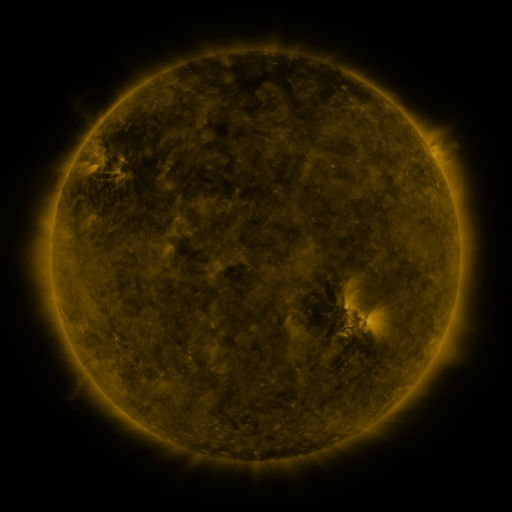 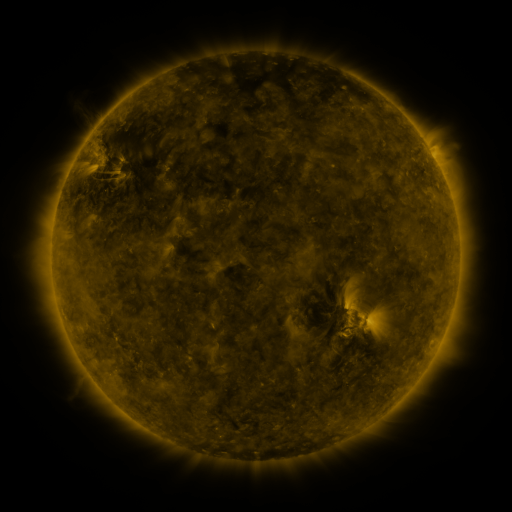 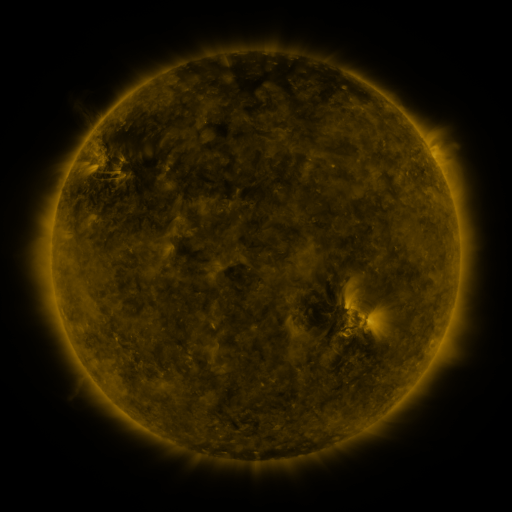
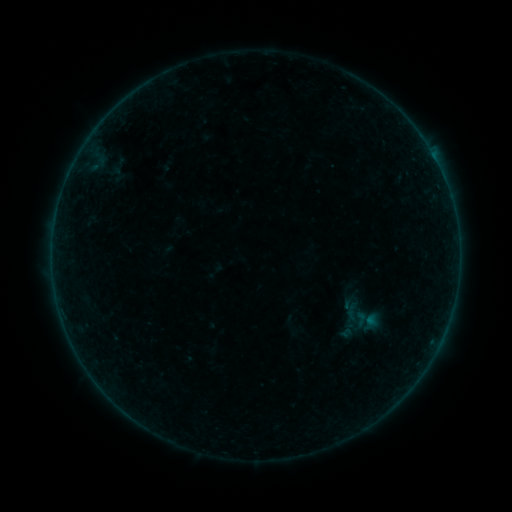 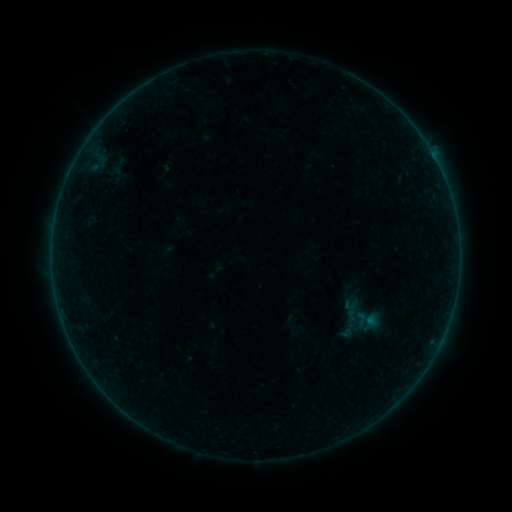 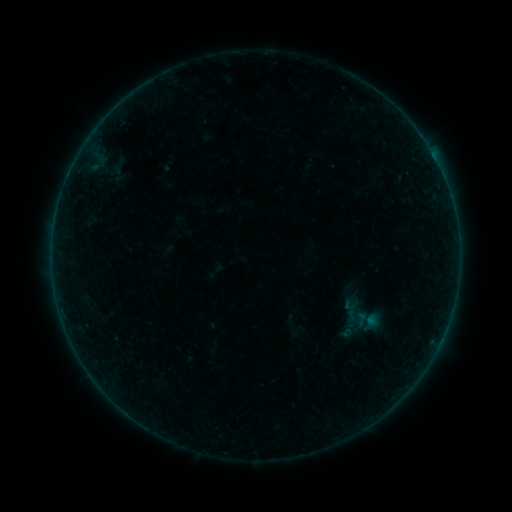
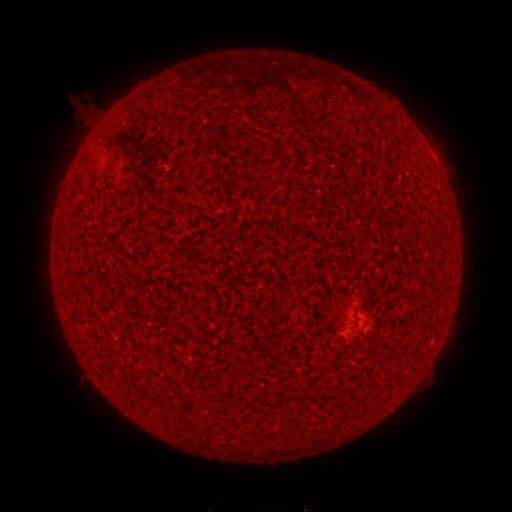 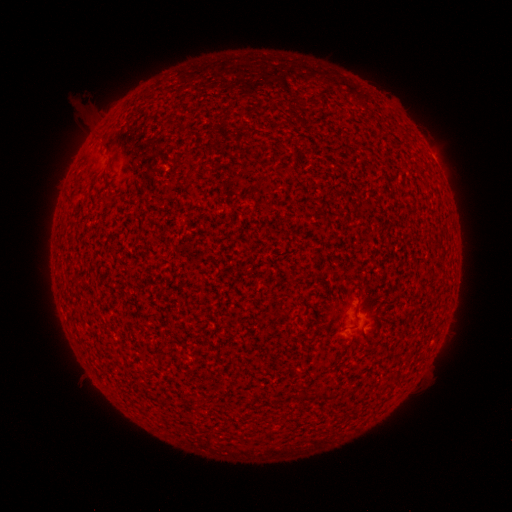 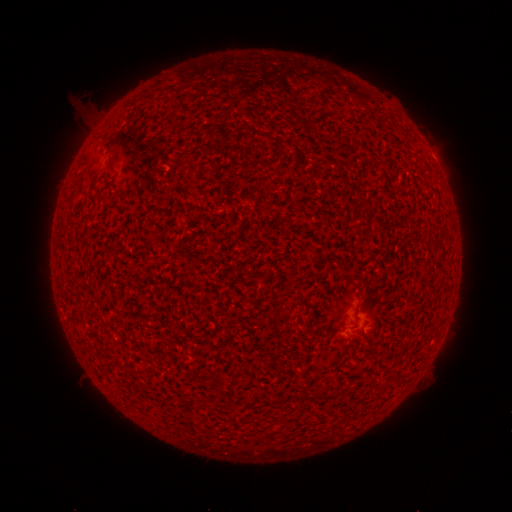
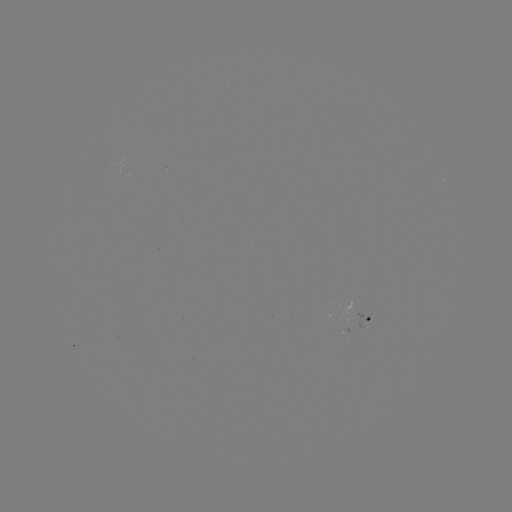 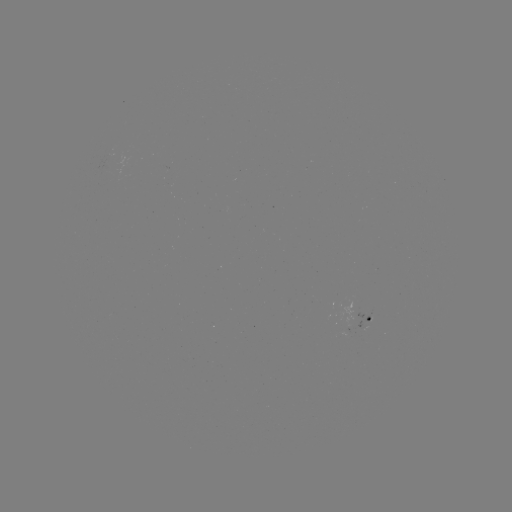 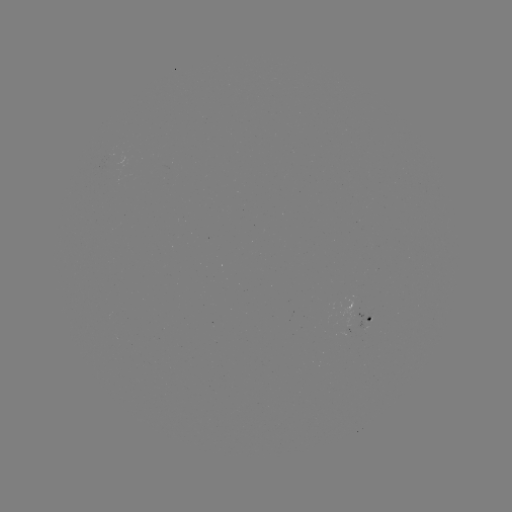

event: flare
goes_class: A2.8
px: (359, 307)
